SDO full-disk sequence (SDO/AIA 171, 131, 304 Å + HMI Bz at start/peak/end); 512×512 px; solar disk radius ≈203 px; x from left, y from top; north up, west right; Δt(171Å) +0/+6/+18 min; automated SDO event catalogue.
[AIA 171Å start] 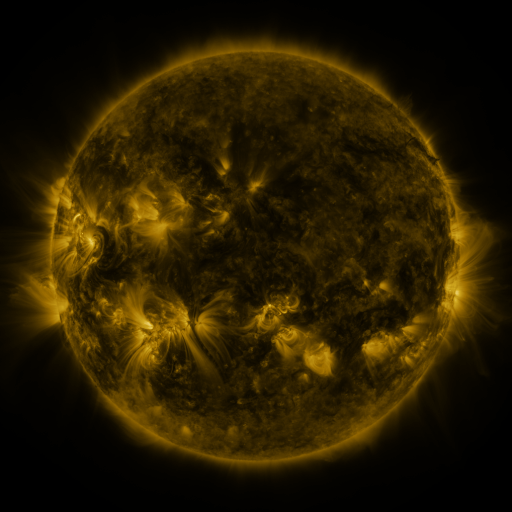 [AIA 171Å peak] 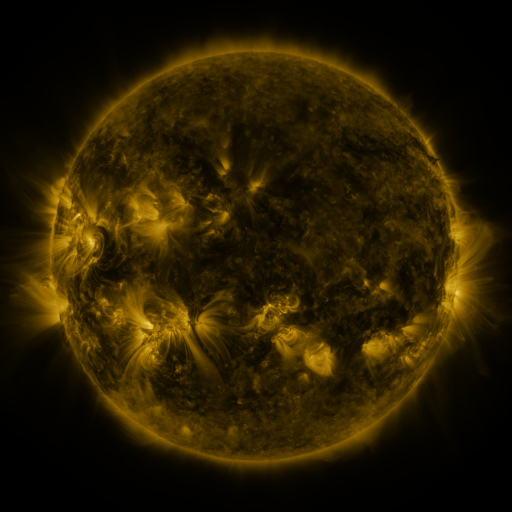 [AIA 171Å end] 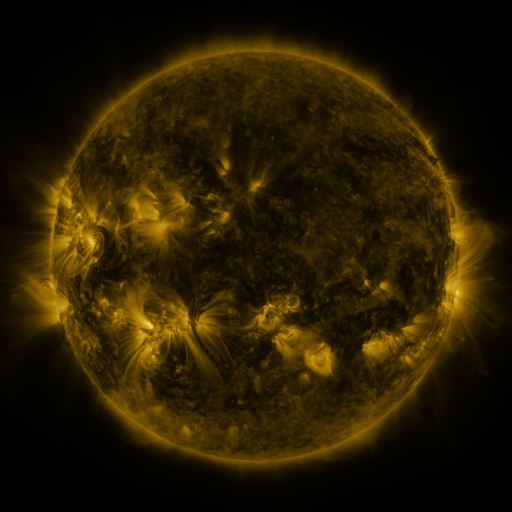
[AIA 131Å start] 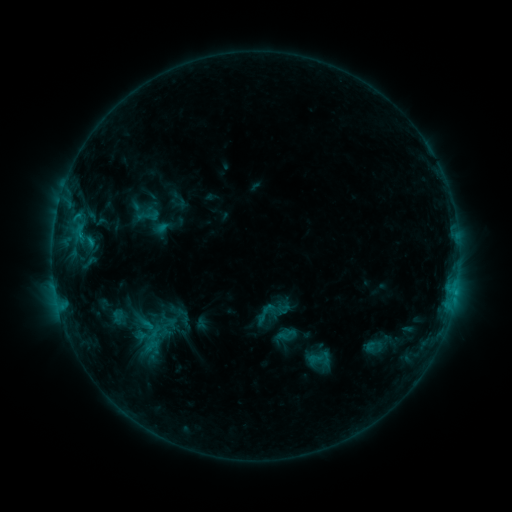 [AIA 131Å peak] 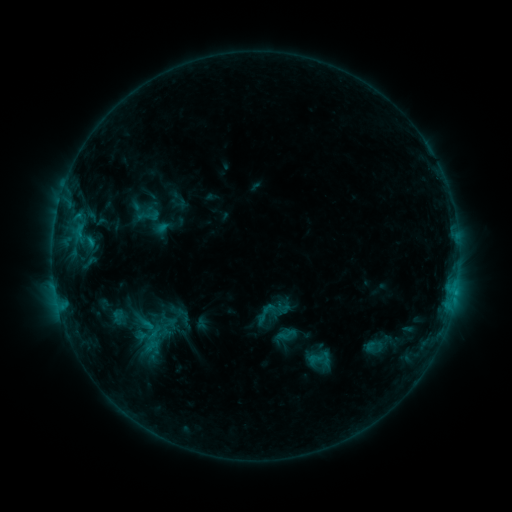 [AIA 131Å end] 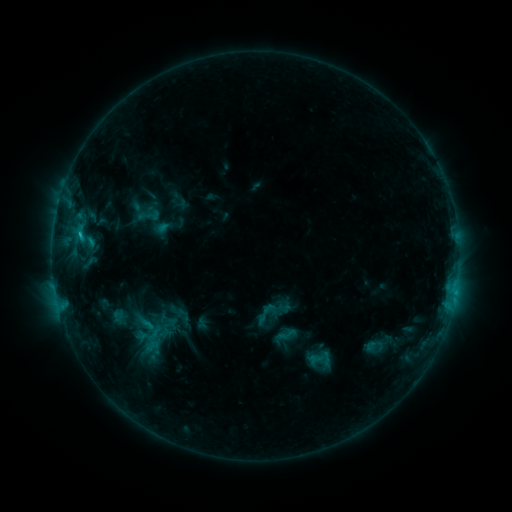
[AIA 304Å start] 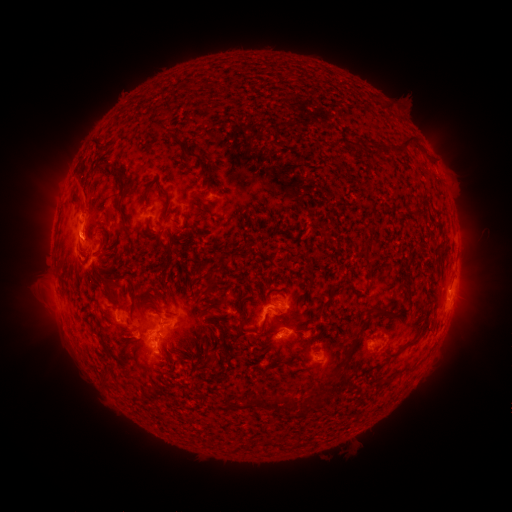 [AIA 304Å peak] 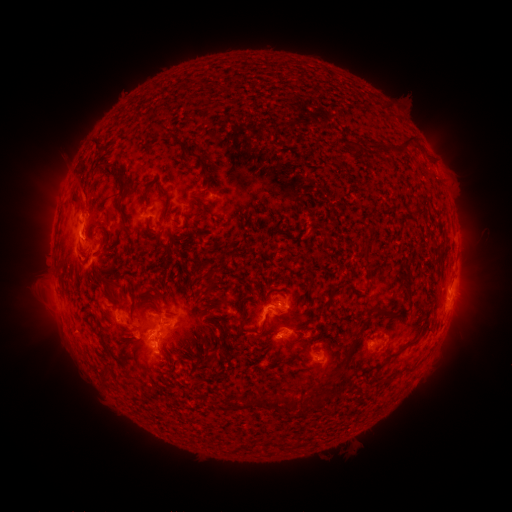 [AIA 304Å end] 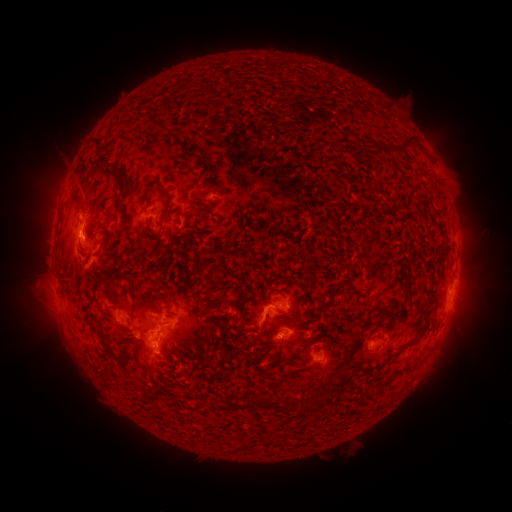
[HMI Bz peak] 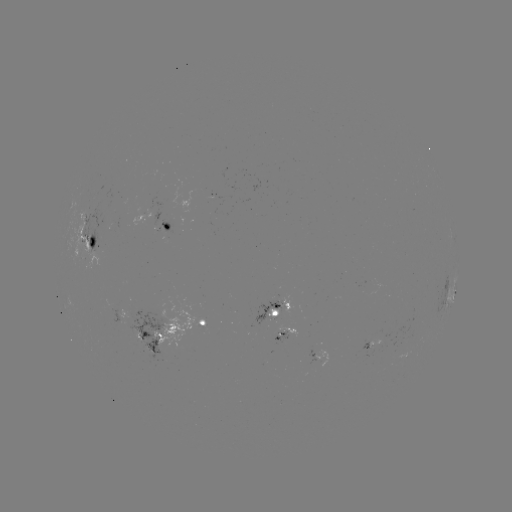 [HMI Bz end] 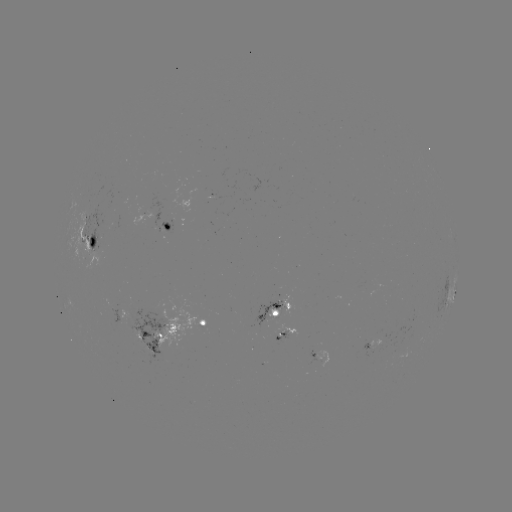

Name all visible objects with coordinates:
C1.6 flare: (82, 240)
